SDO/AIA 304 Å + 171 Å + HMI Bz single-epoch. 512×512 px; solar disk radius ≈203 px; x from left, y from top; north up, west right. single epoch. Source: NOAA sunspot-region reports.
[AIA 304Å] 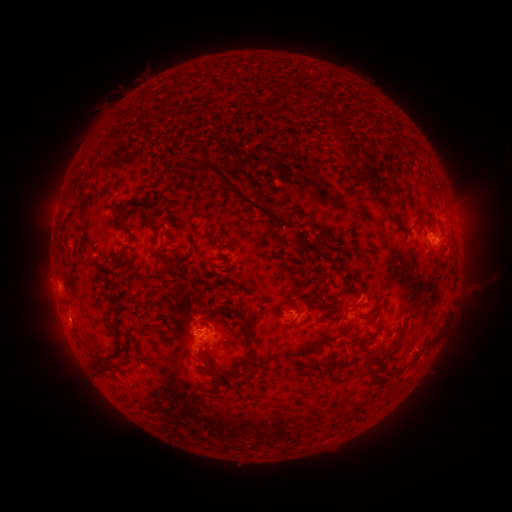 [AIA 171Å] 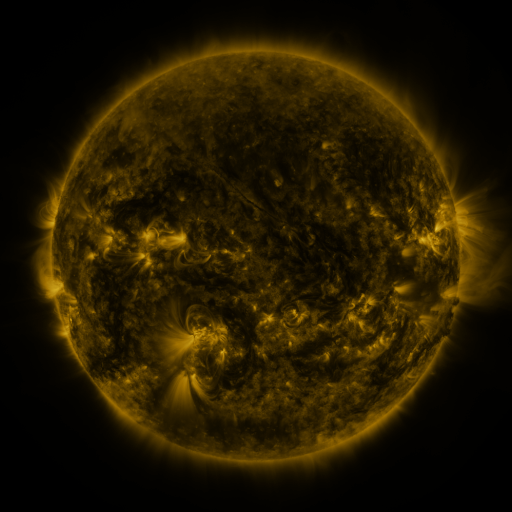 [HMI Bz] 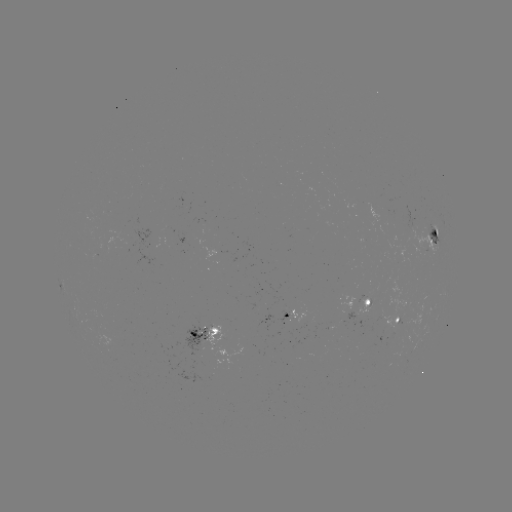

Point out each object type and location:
spotted active region: (435, 235)
spotted active region: (369, 301)
spotted active region: (297, 319)
spotted active region: (398, 322)
spotted active region: (205, 335)
